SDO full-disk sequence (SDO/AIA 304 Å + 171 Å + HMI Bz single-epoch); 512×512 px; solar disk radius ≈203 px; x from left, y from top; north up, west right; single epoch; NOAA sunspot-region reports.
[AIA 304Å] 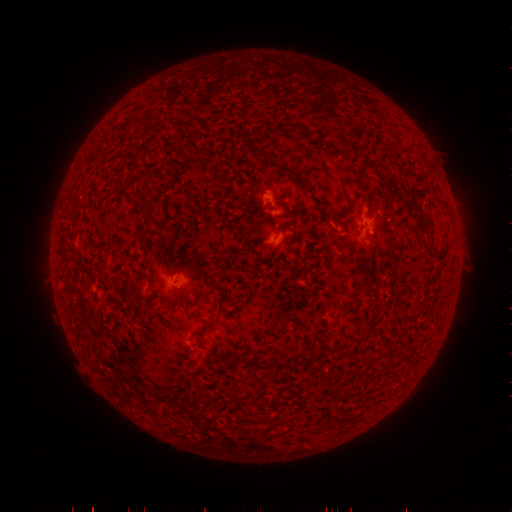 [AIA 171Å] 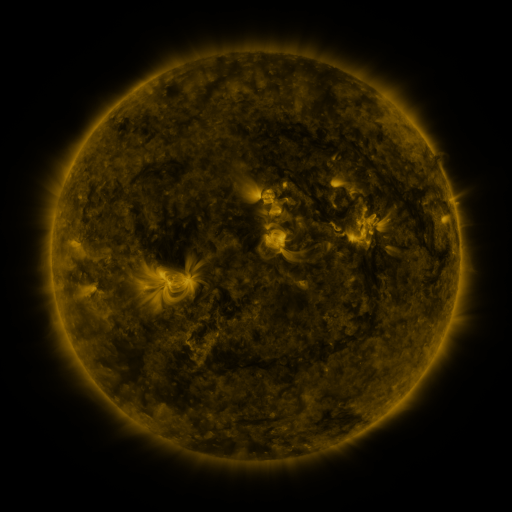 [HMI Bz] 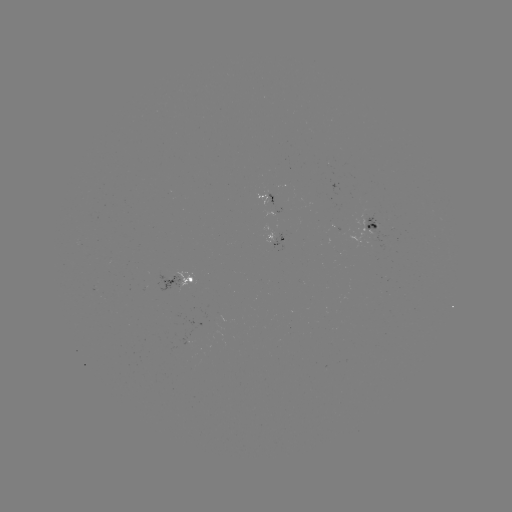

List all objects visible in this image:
spotted active region: (374, 226)
spotted active region: (277, 237)
spotted active region: (180, 283)
